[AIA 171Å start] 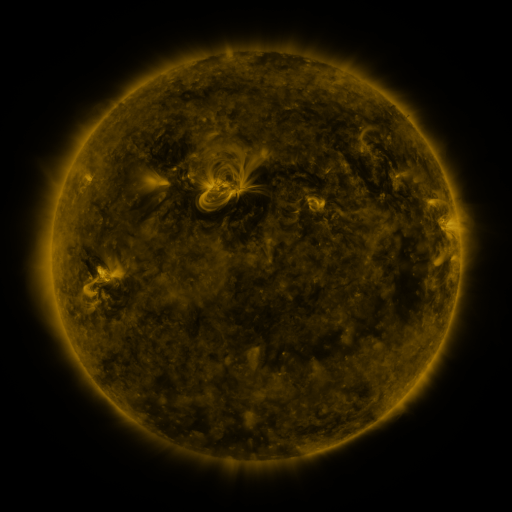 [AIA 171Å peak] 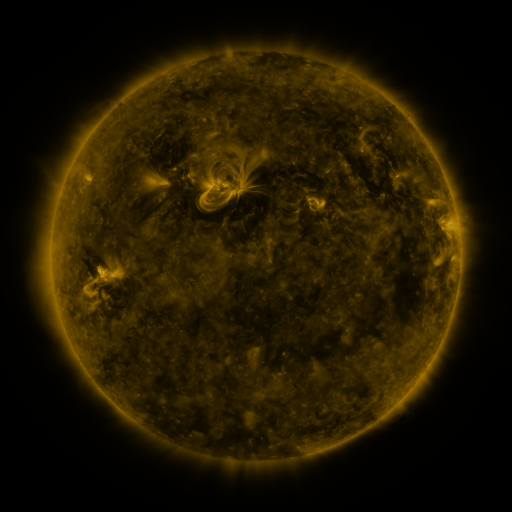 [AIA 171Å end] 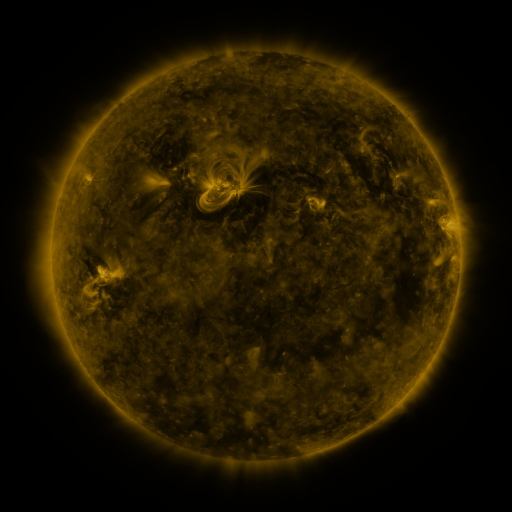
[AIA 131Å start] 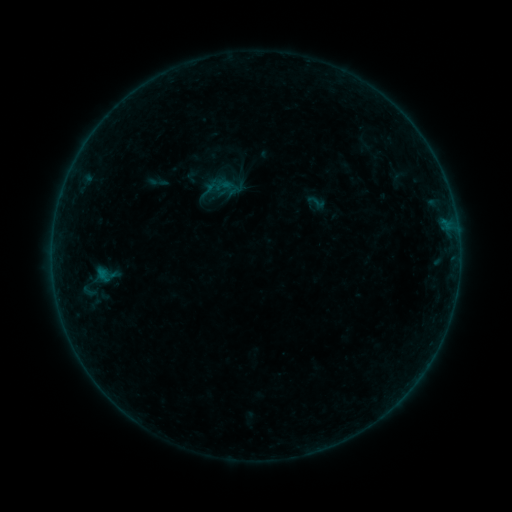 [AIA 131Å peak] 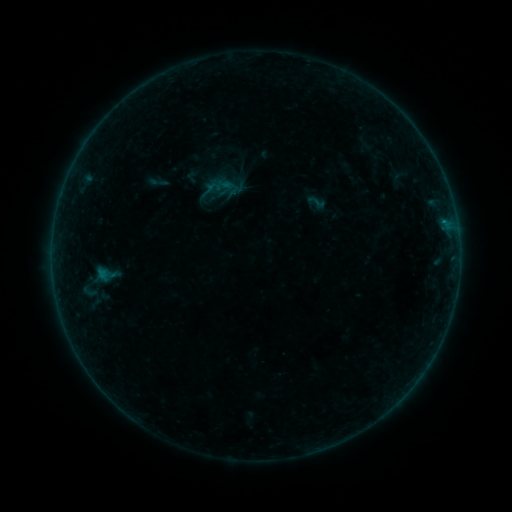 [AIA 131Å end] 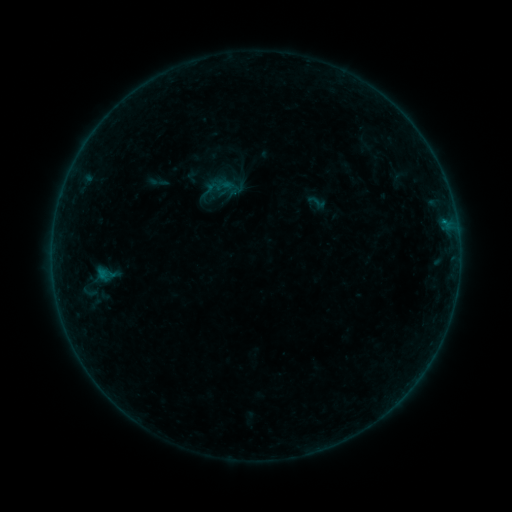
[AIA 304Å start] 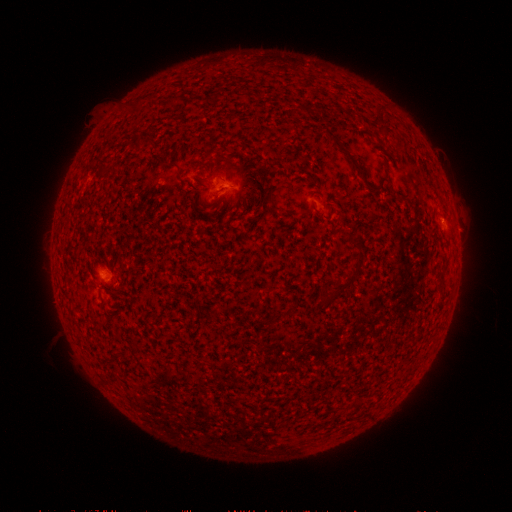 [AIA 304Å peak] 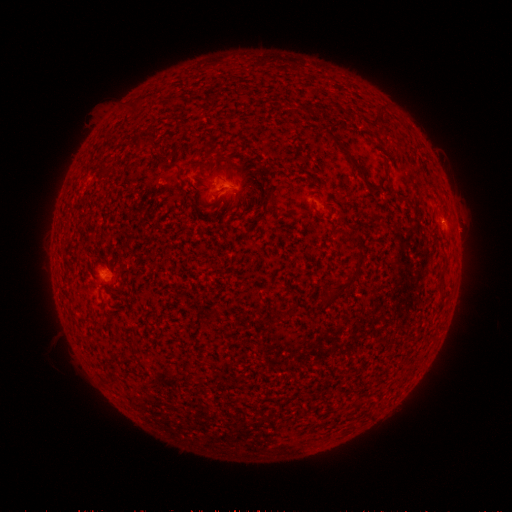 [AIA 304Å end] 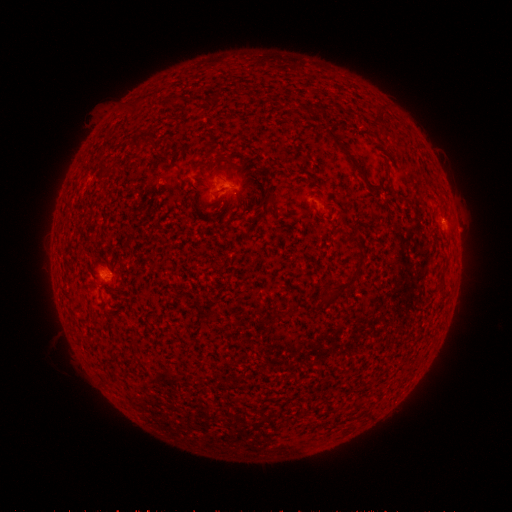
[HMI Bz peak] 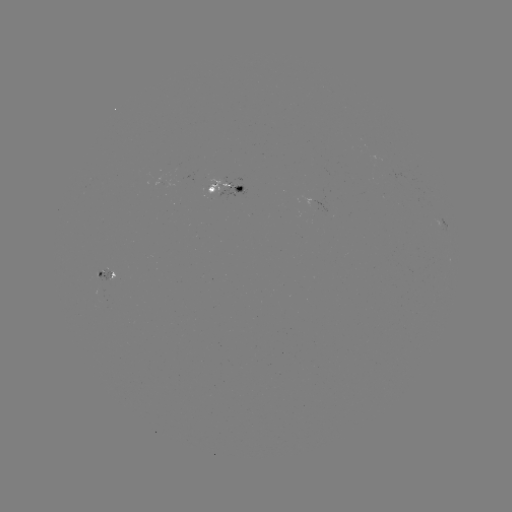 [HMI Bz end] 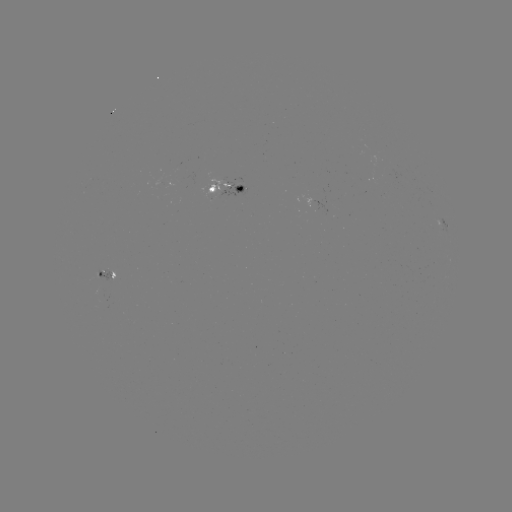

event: flare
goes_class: B2.1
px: (443, 222)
